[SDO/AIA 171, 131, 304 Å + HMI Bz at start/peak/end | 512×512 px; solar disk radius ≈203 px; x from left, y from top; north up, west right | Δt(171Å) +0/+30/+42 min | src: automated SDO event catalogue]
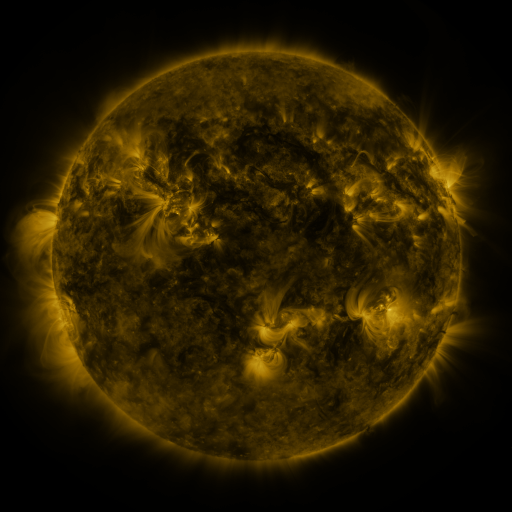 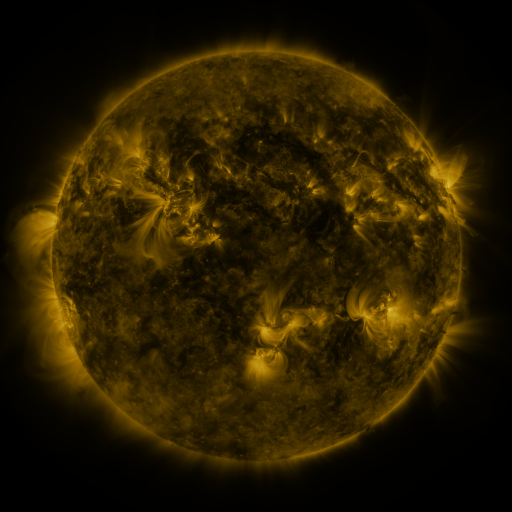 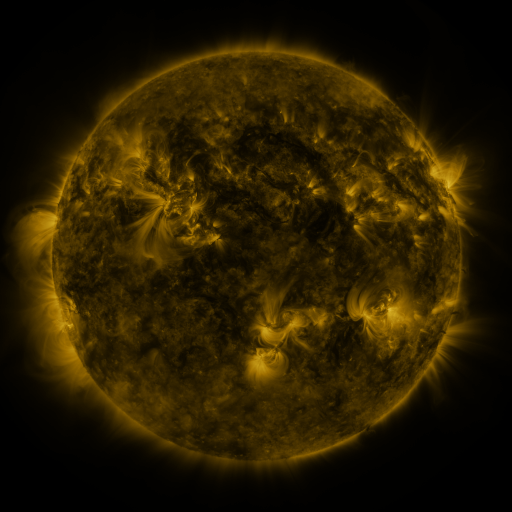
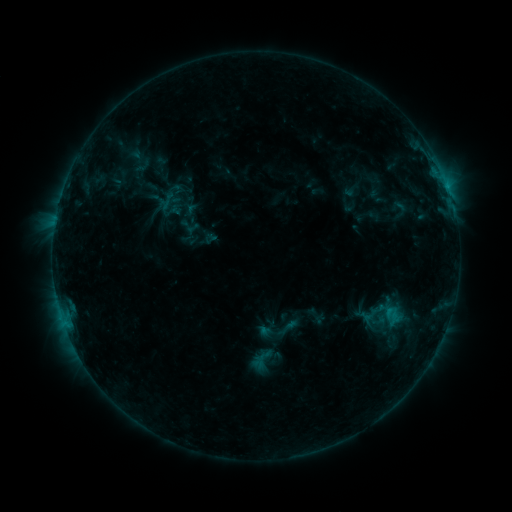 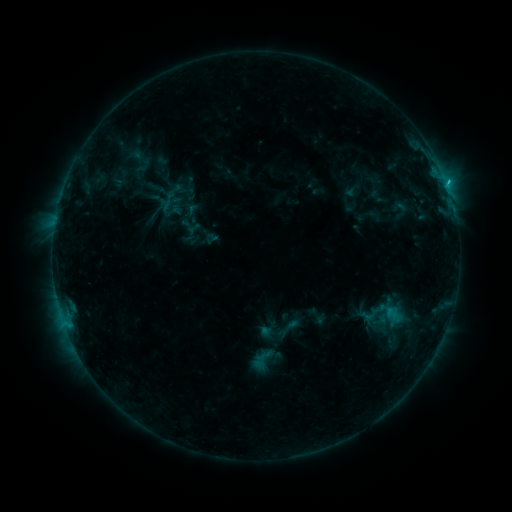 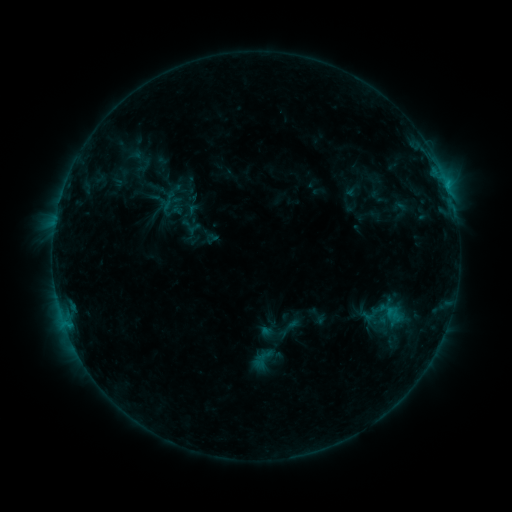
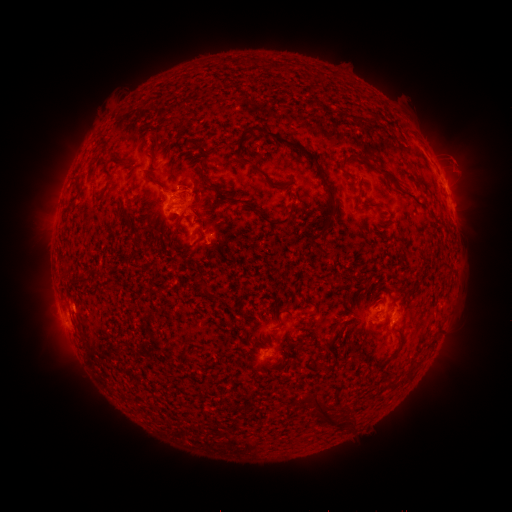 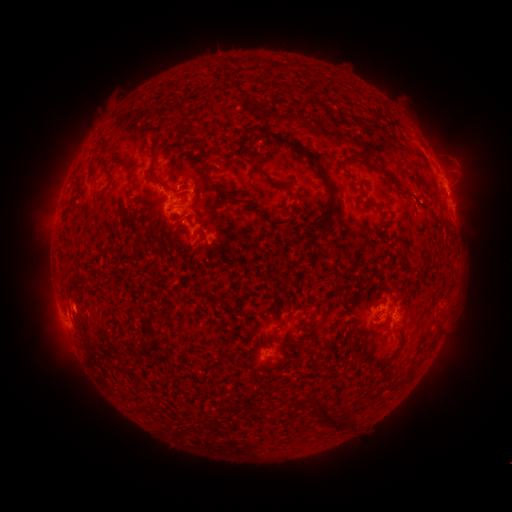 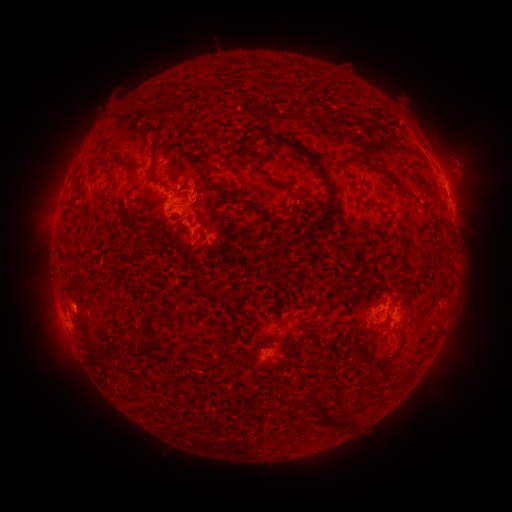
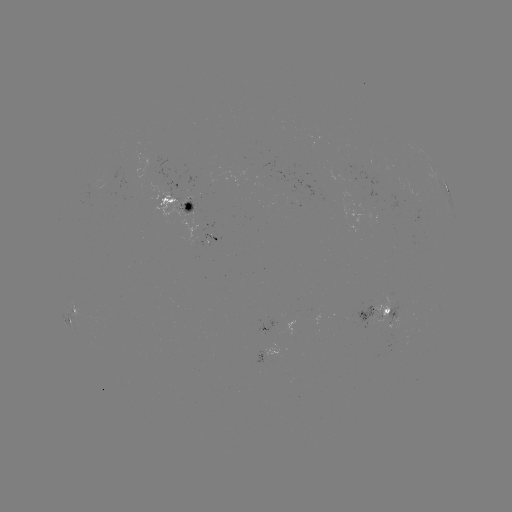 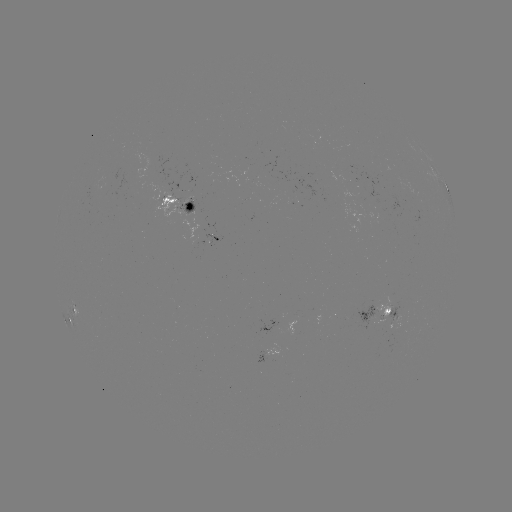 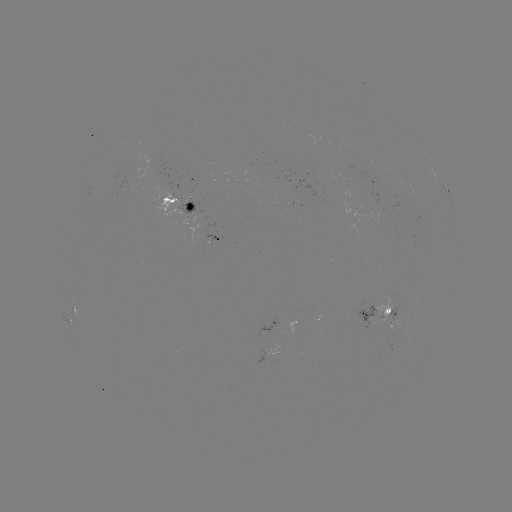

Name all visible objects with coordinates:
B9.0 flare: (446, 186)
